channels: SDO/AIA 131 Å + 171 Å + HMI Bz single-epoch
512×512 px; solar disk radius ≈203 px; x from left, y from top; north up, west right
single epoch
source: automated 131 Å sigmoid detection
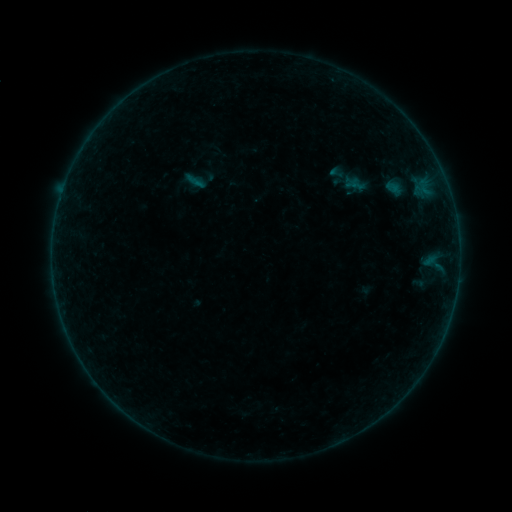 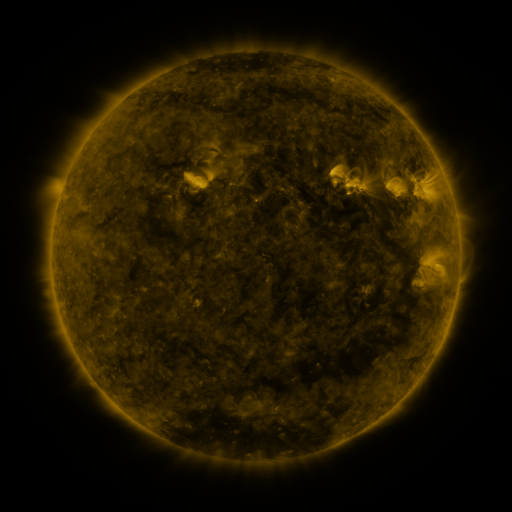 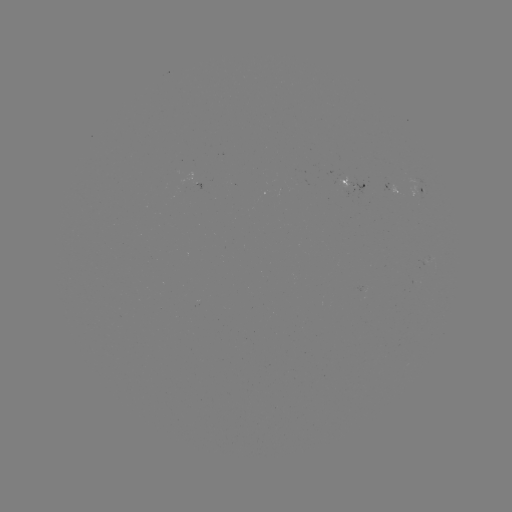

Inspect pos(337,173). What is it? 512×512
sigmoid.